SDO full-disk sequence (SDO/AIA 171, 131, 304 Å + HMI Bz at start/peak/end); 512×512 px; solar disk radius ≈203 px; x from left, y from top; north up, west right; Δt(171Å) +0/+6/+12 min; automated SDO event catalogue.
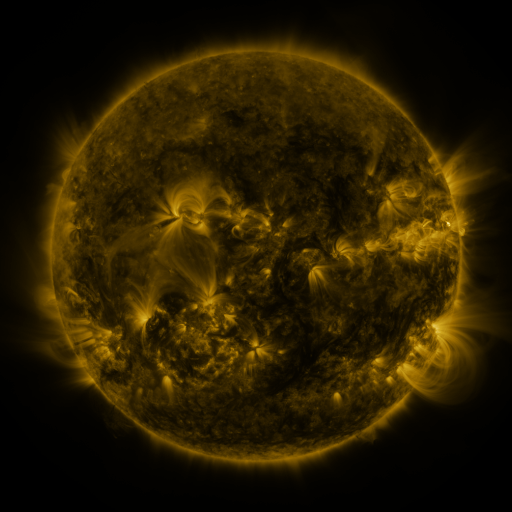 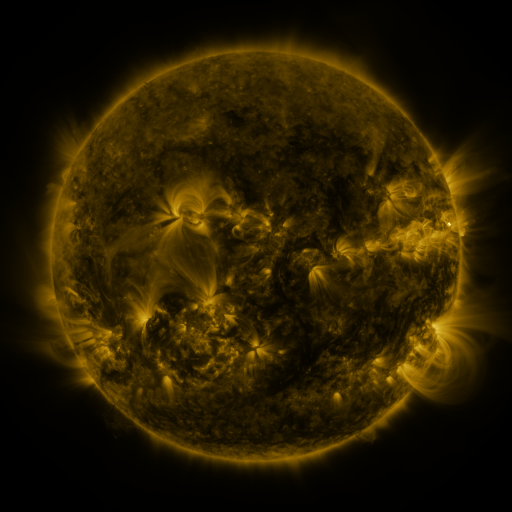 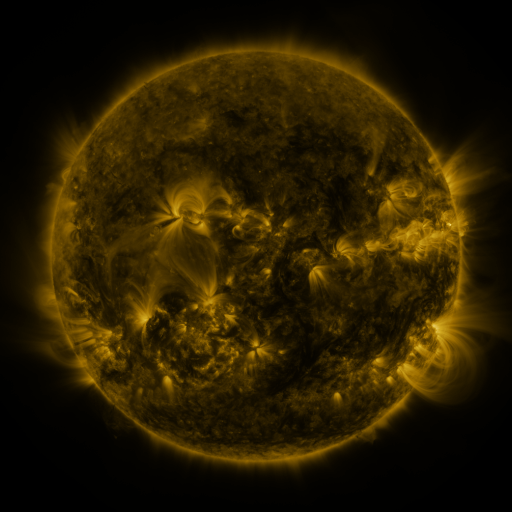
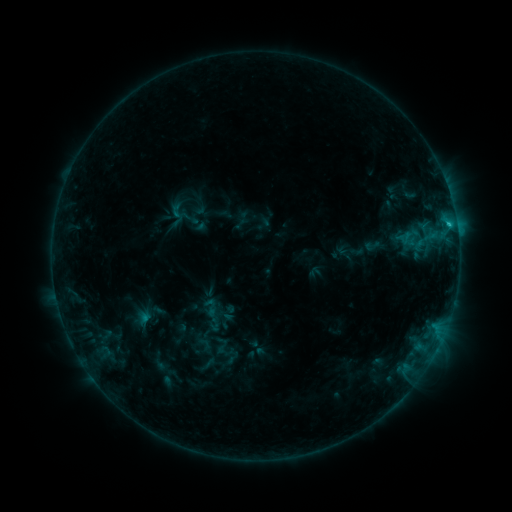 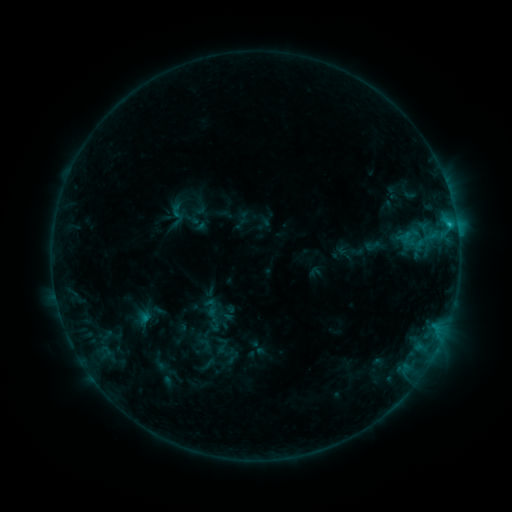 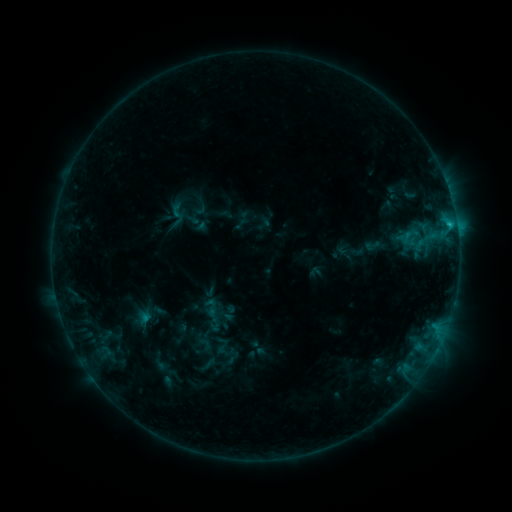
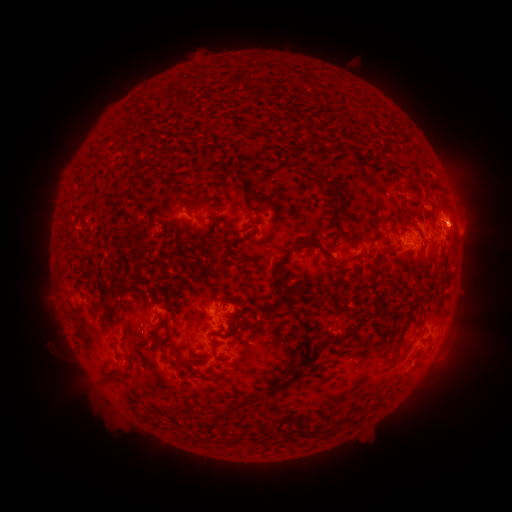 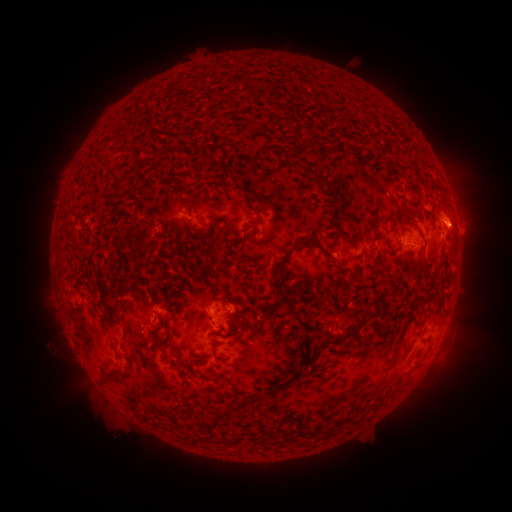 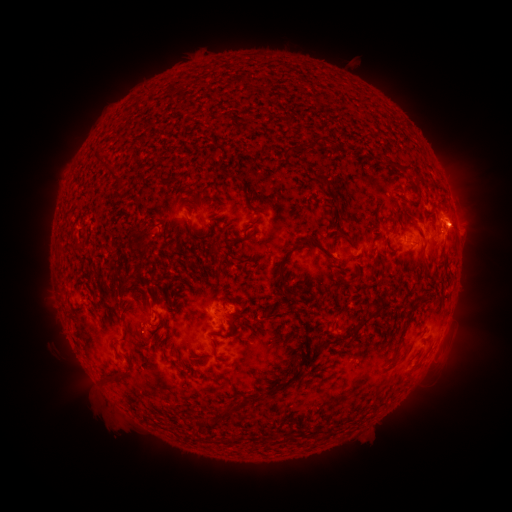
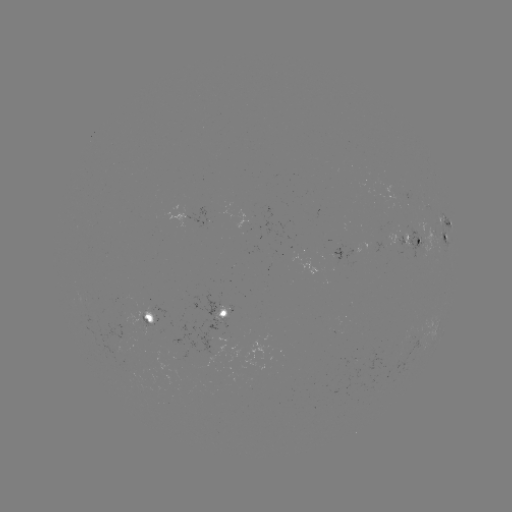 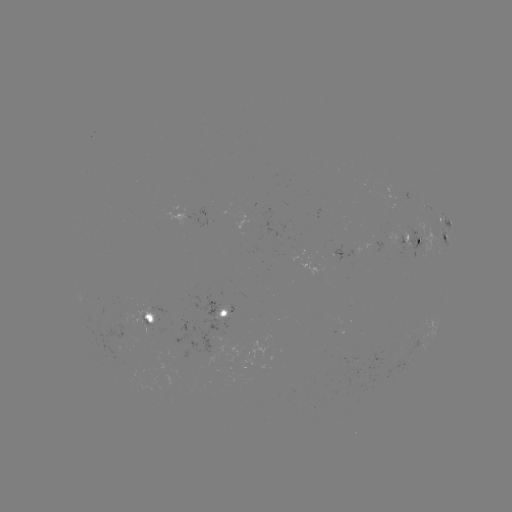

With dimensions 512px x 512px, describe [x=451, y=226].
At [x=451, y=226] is C1.2 flare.